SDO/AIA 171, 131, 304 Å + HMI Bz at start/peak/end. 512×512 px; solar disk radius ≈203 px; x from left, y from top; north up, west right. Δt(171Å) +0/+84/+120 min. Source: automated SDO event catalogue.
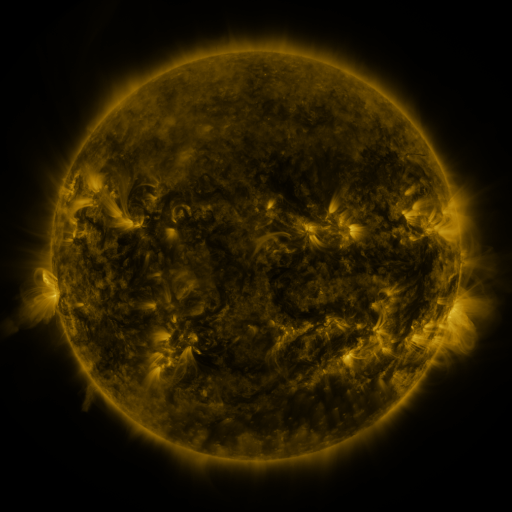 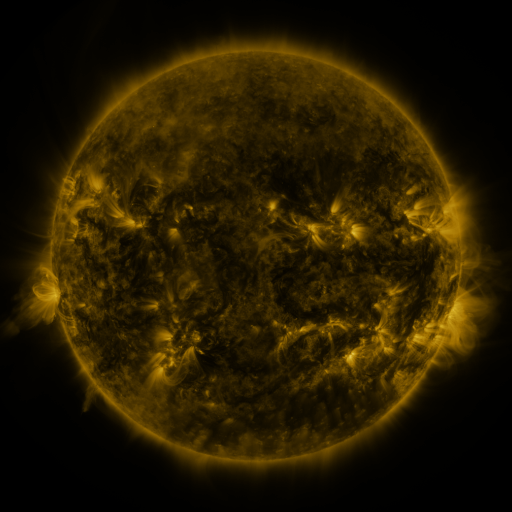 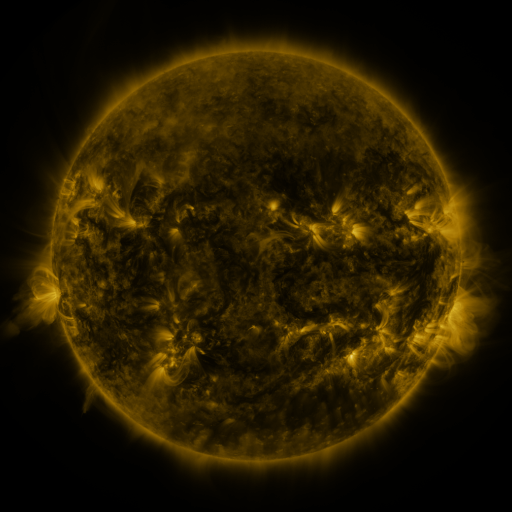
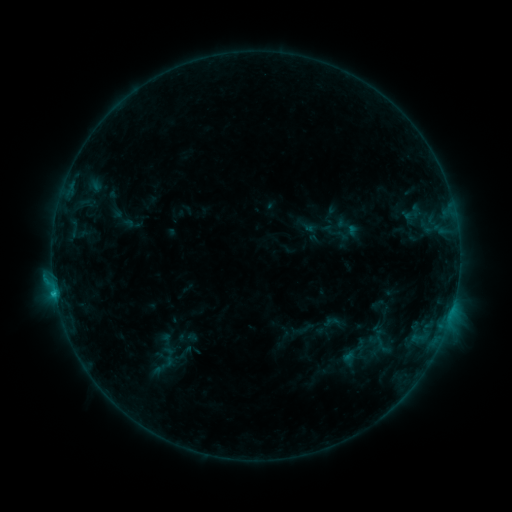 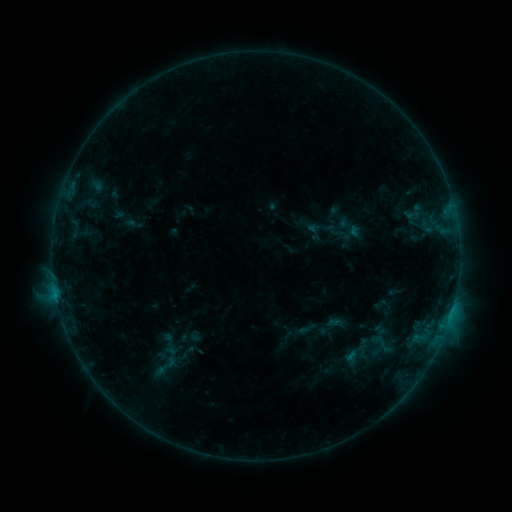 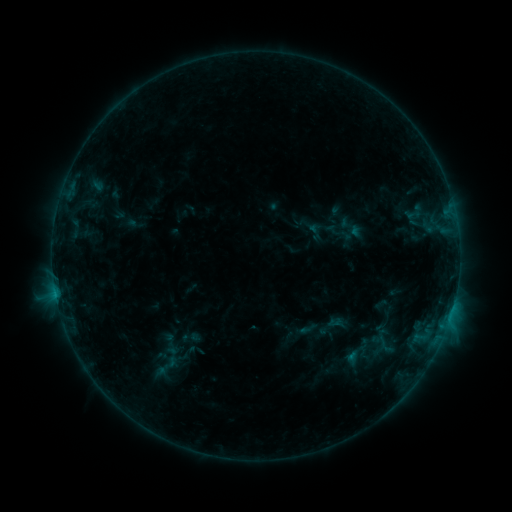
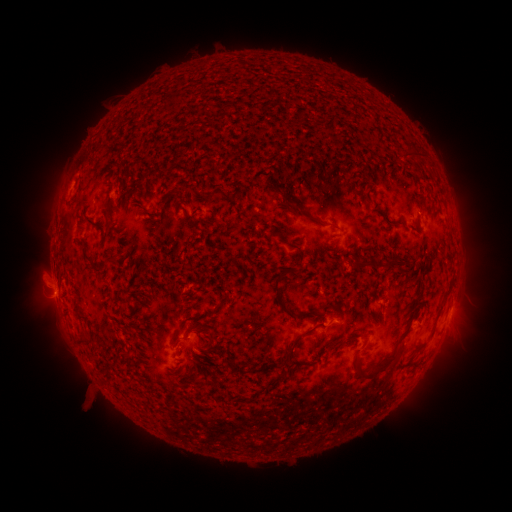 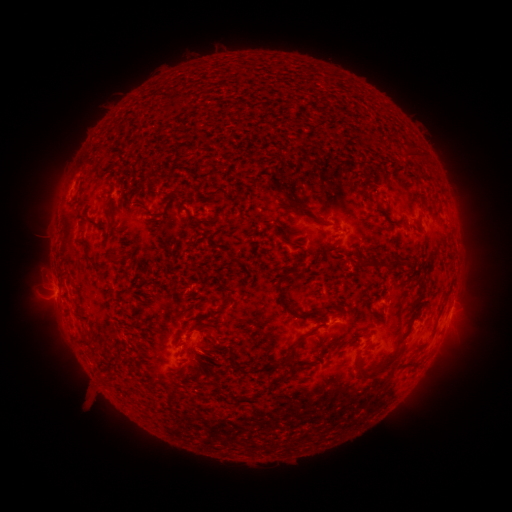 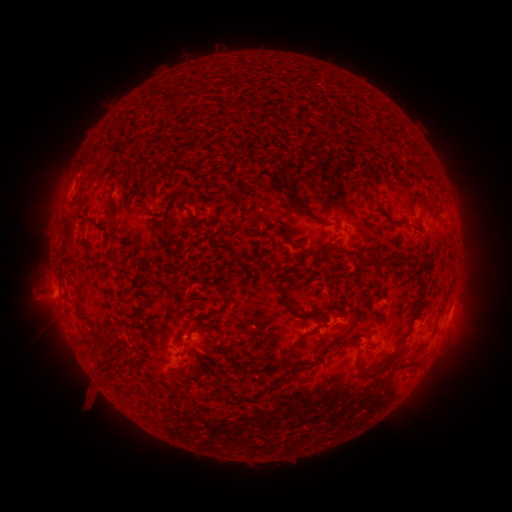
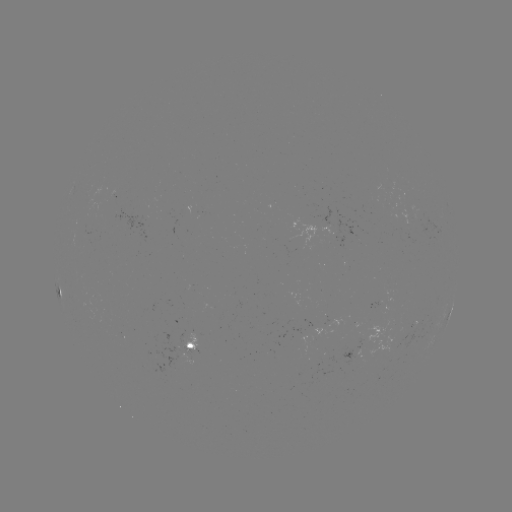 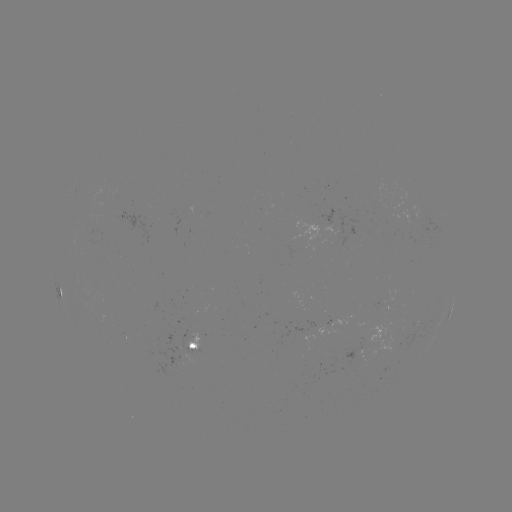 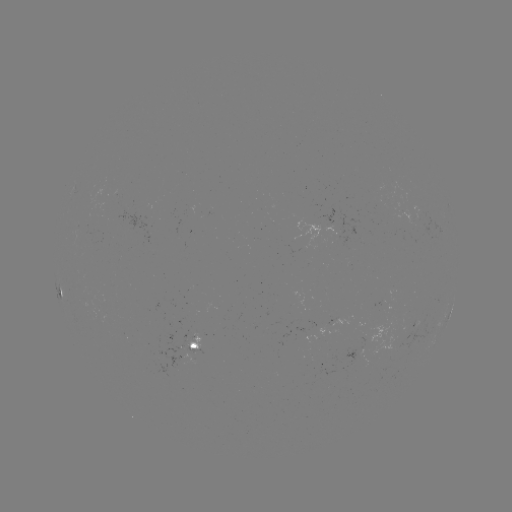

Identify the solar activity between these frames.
emerging-flux region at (187, 345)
